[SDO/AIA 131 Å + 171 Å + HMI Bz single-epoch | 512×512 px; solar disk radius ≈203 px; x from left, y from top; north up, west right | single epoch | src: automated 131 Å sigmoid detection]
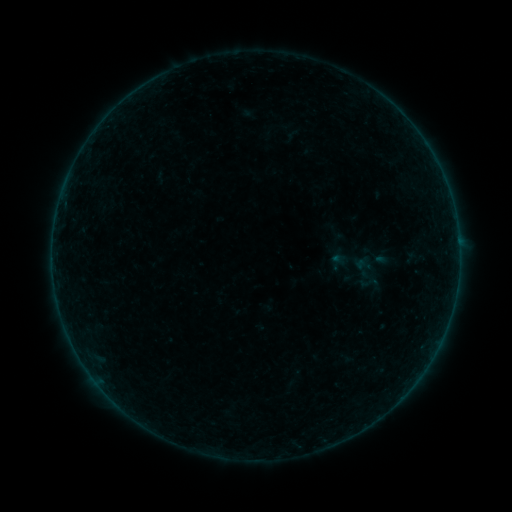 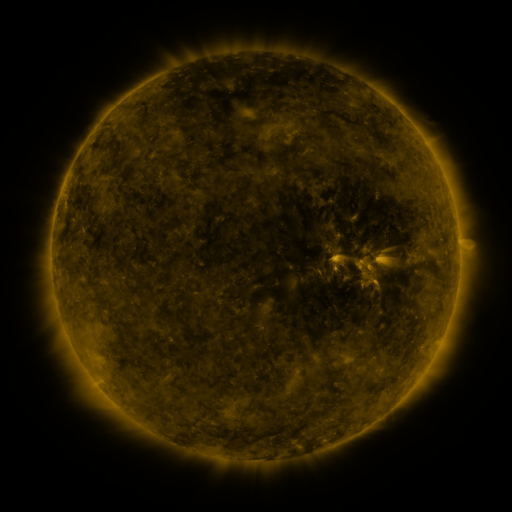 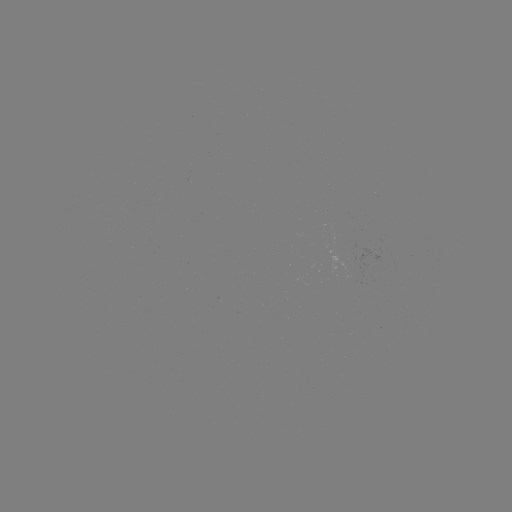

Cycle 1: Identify sigmoid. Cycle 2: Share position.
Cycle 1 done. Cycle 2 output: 369,283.